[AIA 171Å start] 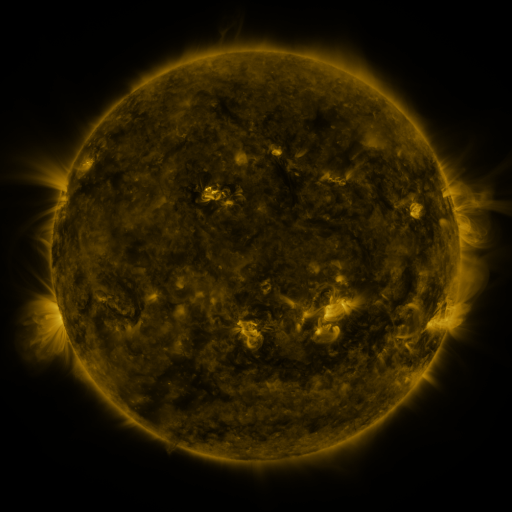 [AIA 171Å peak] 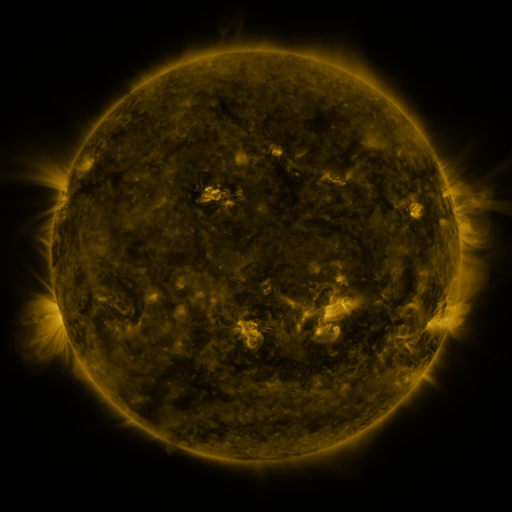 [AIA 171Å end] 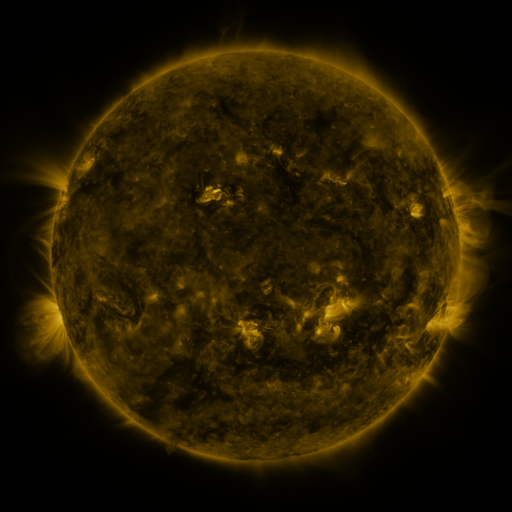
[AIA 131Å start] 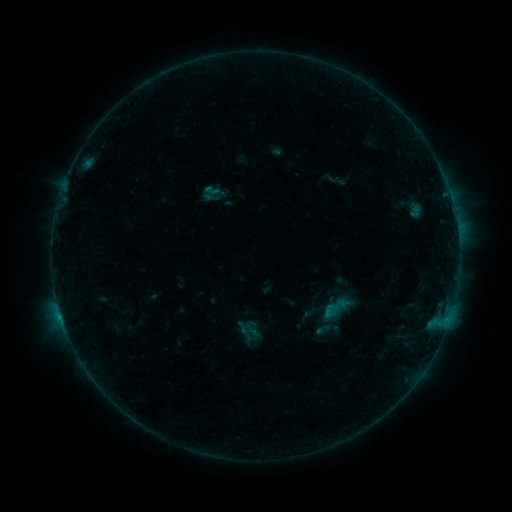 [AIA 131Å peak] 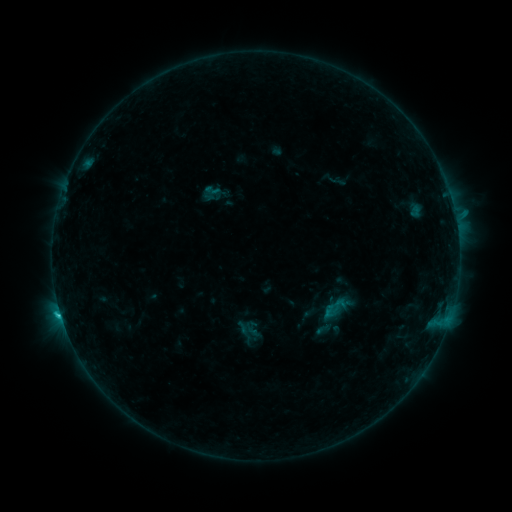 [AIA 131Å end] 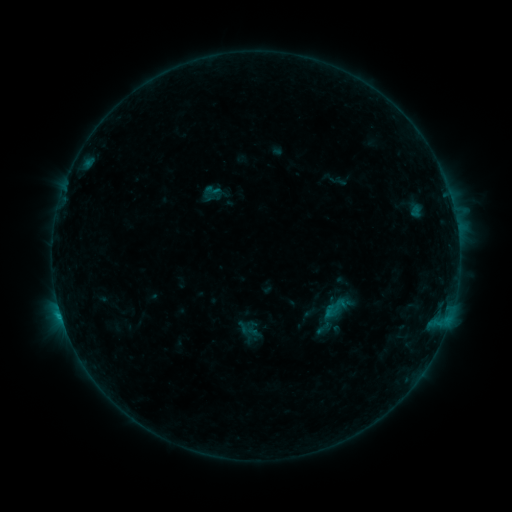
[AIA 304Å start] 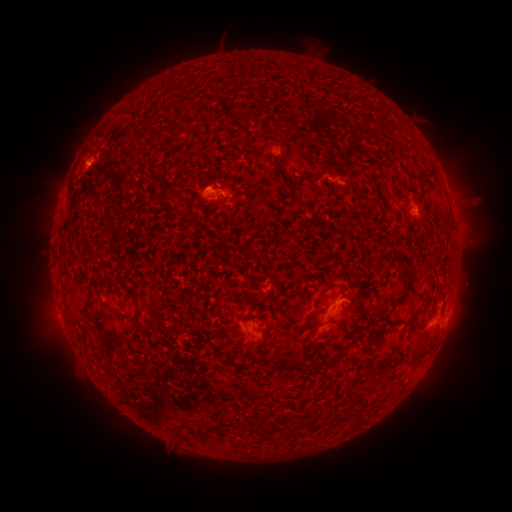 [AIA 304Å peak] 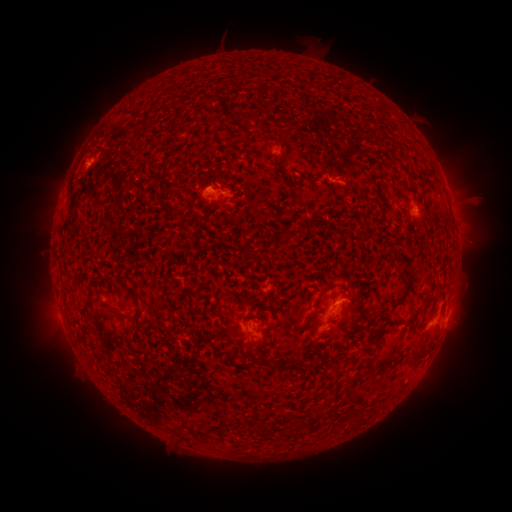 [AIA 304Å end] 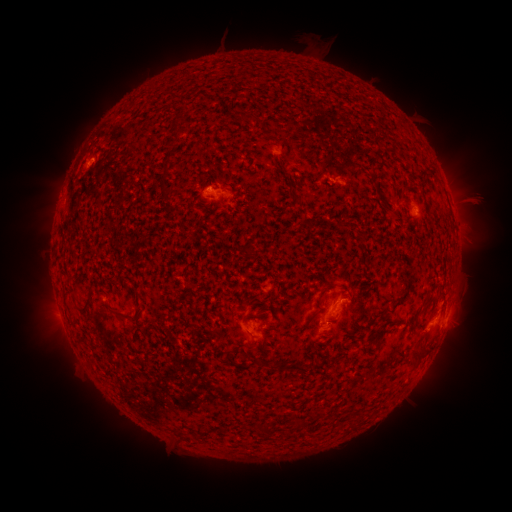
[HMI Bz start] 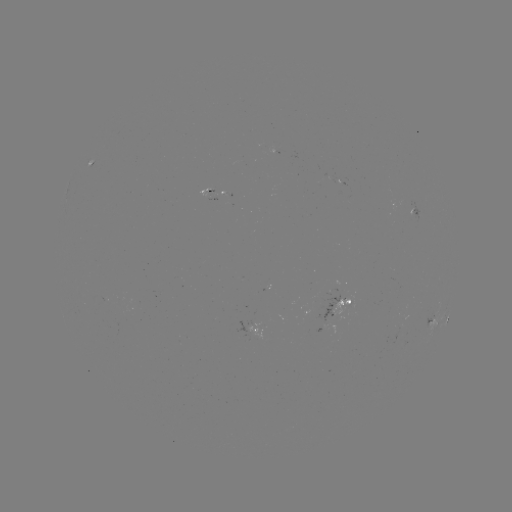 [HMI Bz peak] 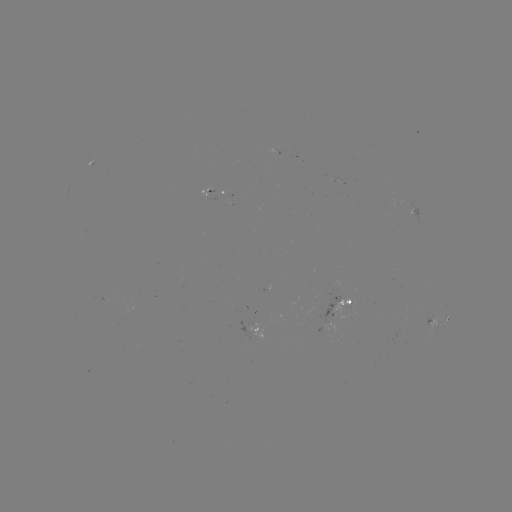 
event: flare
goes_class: C1.1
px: (60, 311)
